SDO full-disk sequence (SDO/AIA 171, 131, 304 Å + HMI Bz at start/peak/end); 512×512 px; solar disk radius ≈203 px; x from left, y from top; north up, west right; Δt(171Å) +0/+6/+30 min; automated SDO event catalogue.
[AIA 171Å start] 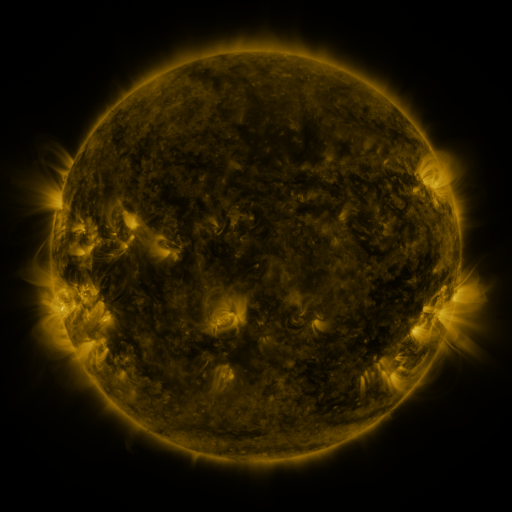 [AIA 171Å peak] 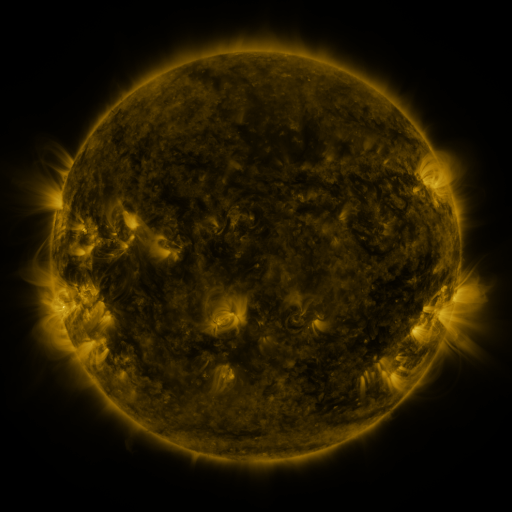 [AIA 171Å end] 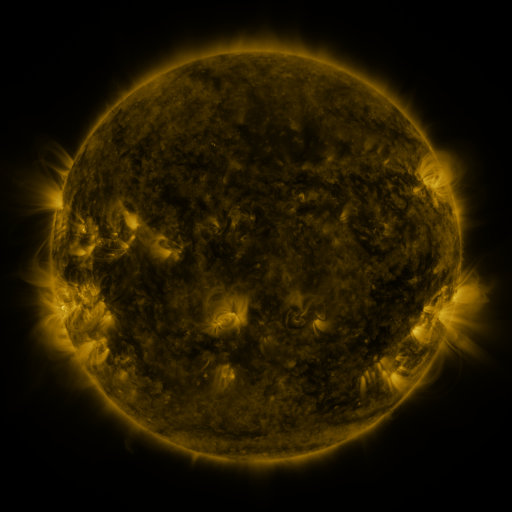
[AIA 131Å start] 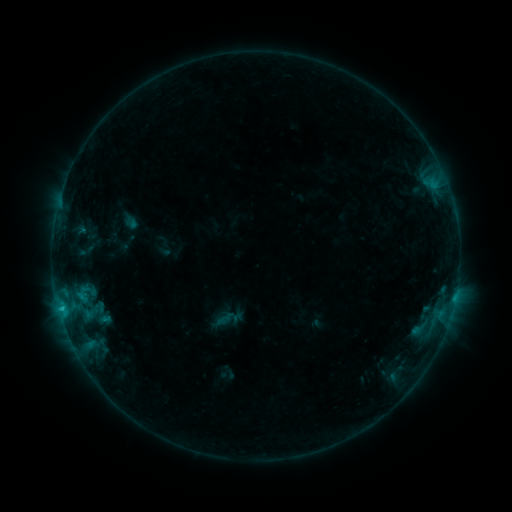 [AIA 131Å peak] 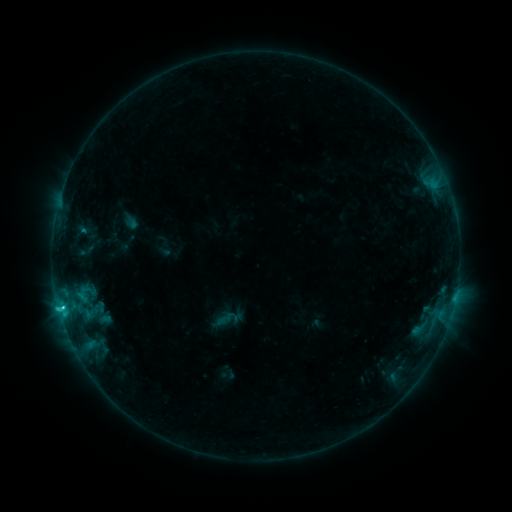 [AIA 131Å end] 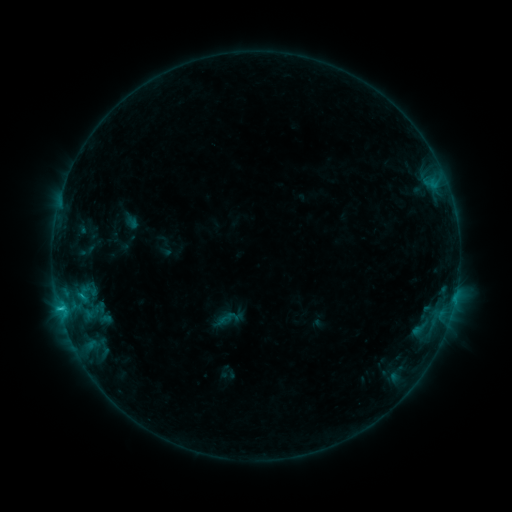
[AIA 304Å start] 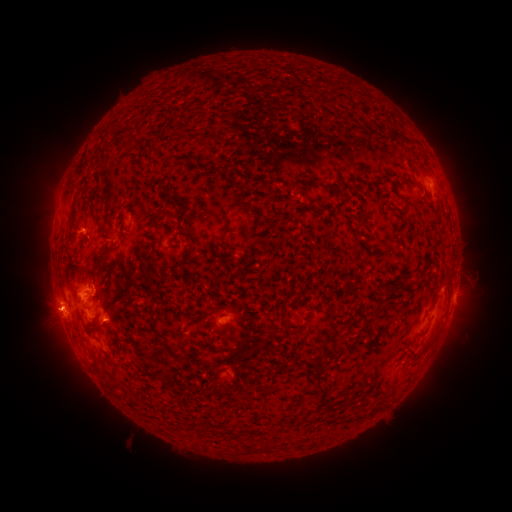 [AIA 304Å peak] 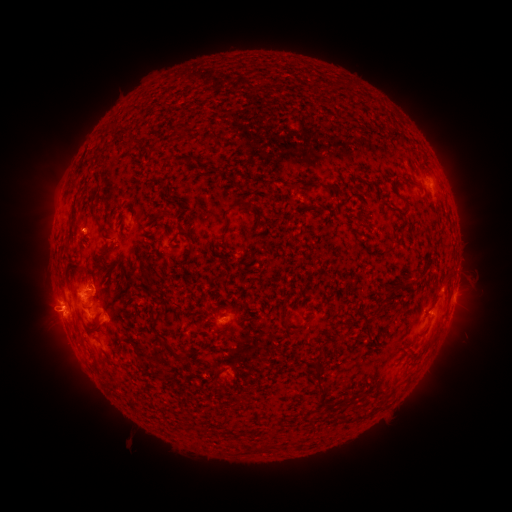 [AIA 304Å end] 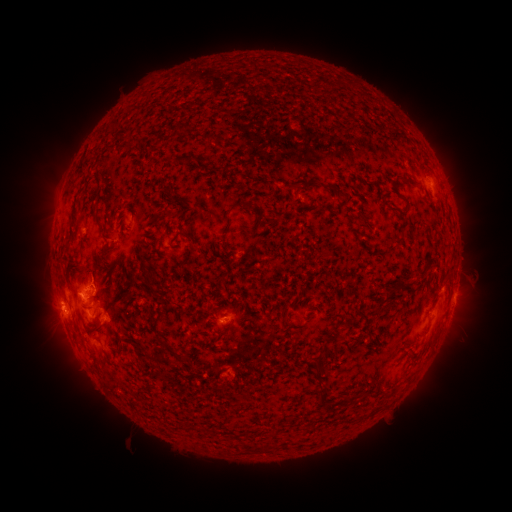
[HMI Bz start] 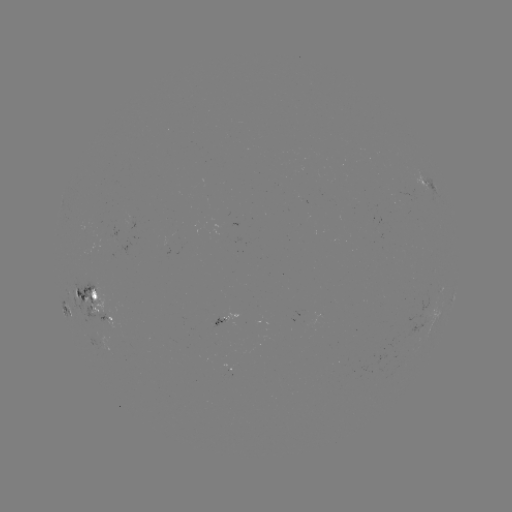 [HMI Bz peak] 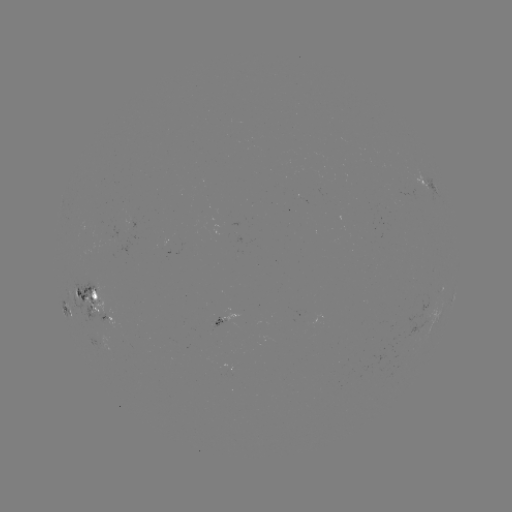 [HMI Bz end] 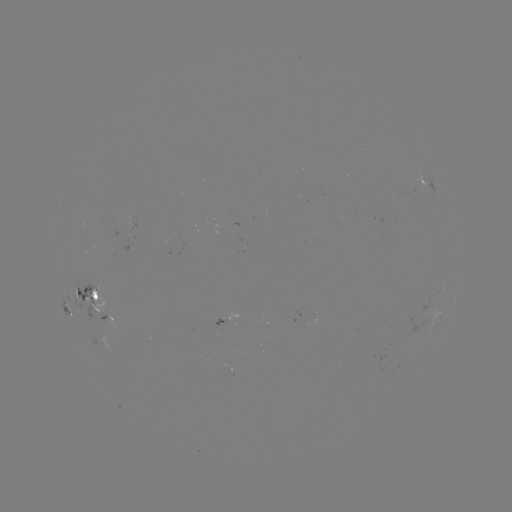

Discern C1.6 flare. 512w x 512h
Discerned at (62, 303).